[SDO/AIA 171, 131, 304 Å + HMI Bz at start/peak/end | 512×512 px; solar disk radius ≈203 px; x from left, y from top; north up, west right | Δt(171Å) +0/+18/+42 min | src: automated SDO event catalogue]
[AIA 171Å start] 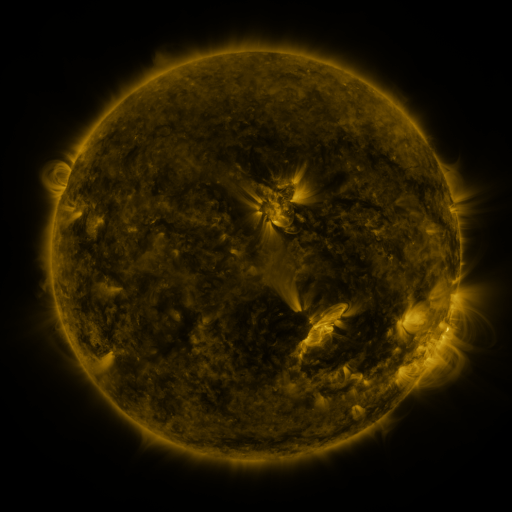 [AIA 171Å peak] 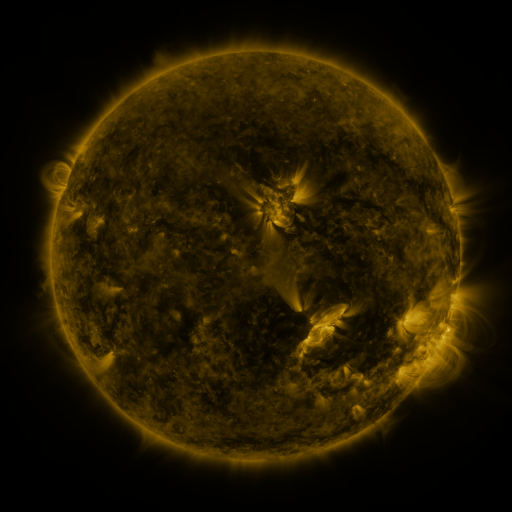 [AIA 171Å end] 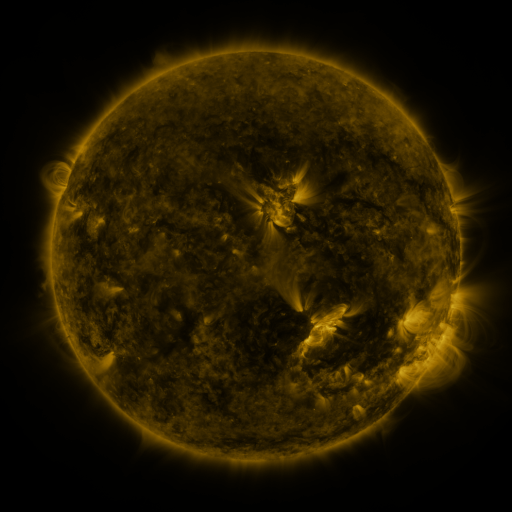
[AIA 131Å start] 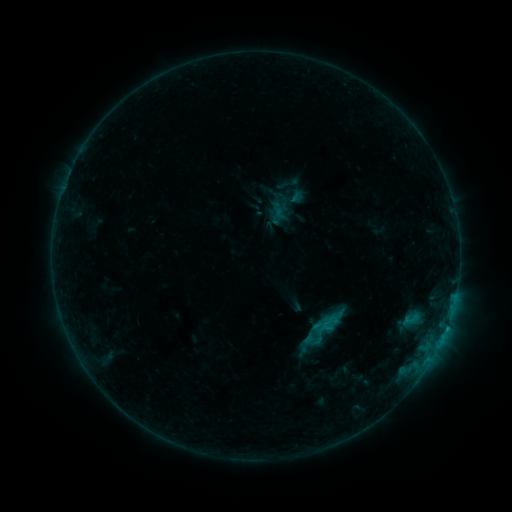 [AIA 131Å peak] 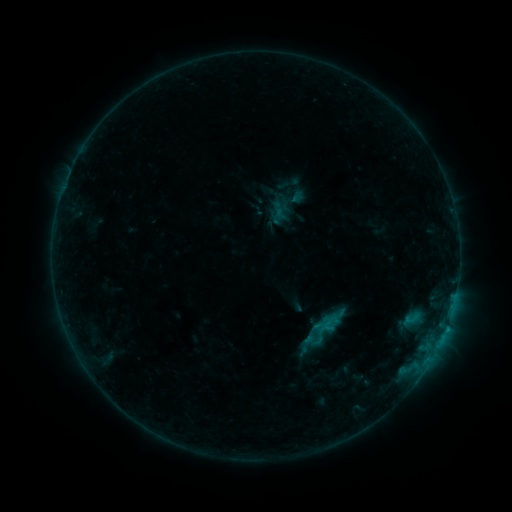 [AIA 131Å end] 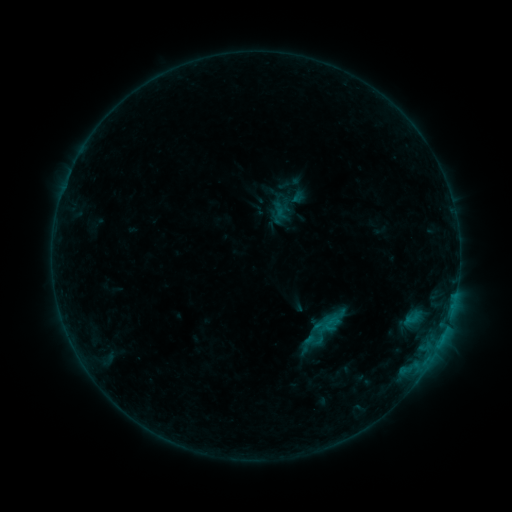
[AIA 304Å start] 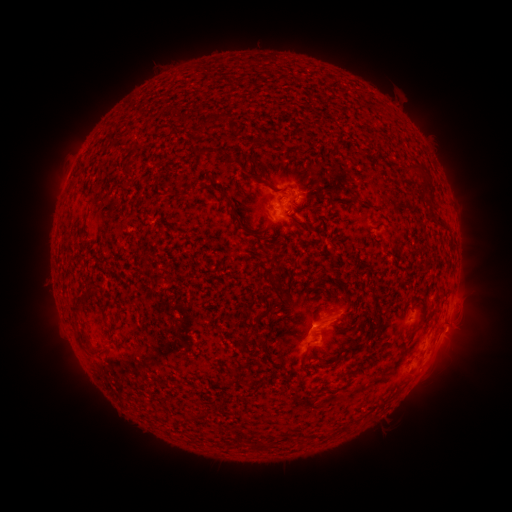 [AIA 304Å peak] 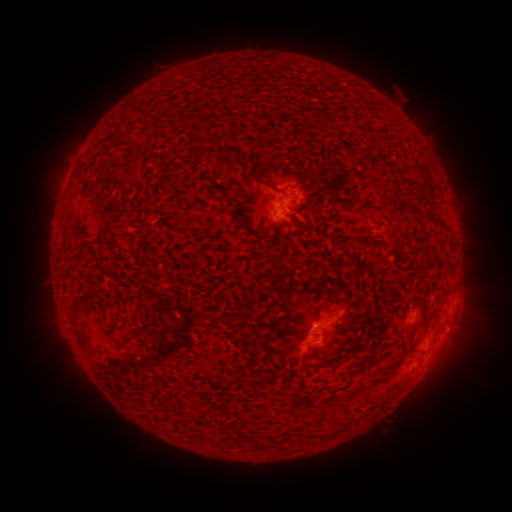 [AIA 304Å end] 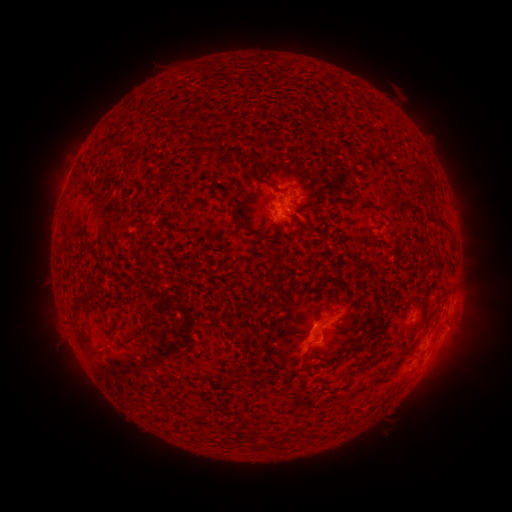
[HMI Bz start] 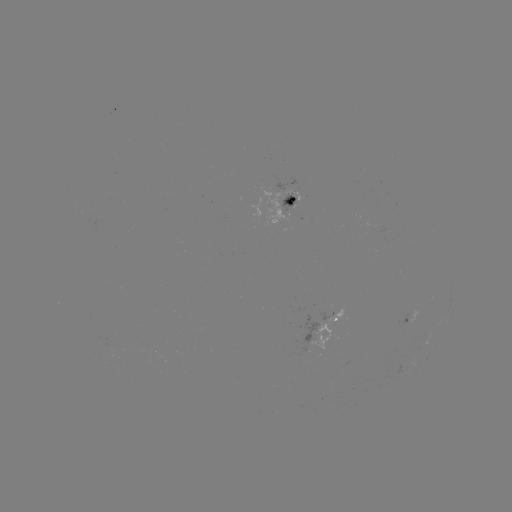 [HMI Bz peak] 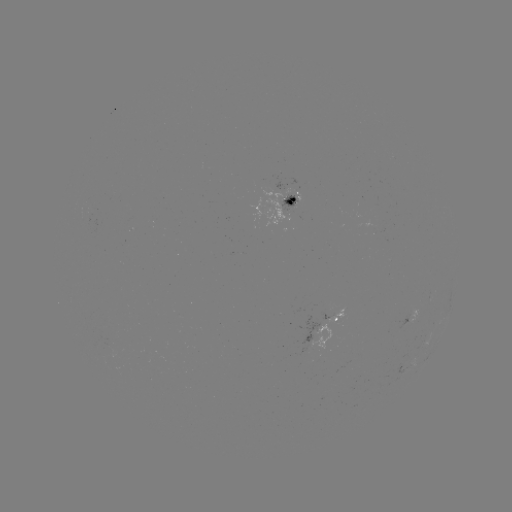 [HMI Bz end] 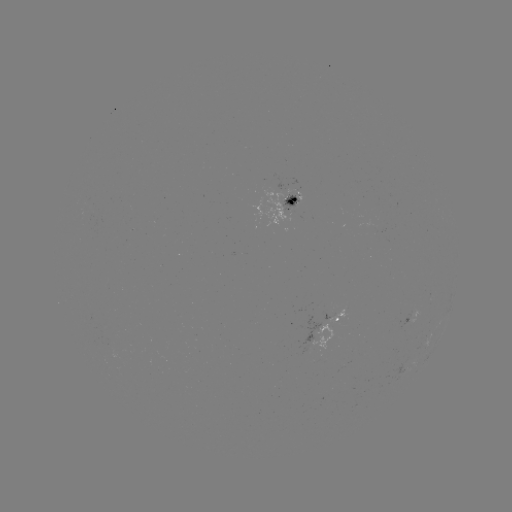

no flare in any classed list; no EUV-trigger detection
